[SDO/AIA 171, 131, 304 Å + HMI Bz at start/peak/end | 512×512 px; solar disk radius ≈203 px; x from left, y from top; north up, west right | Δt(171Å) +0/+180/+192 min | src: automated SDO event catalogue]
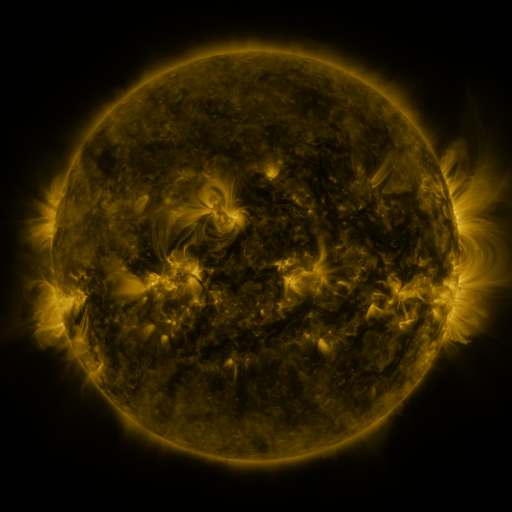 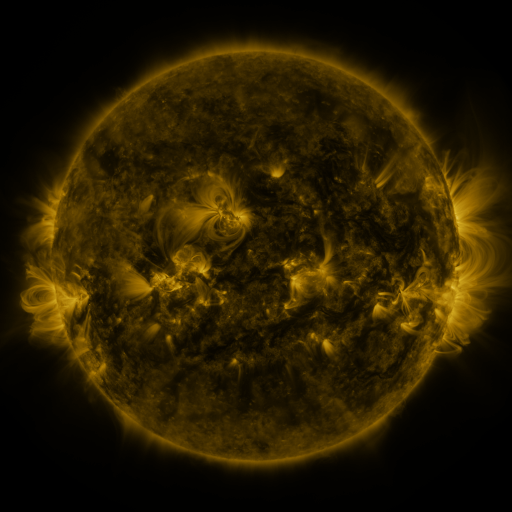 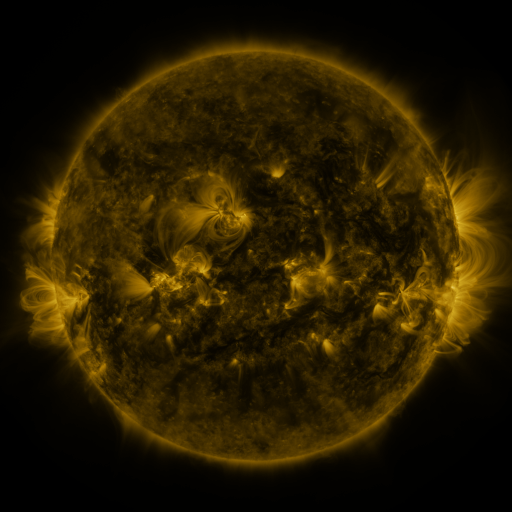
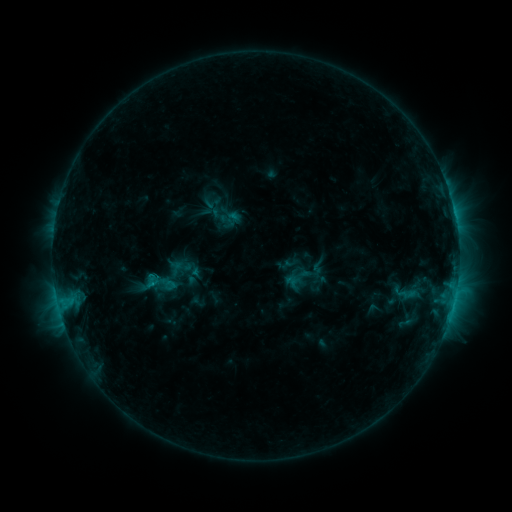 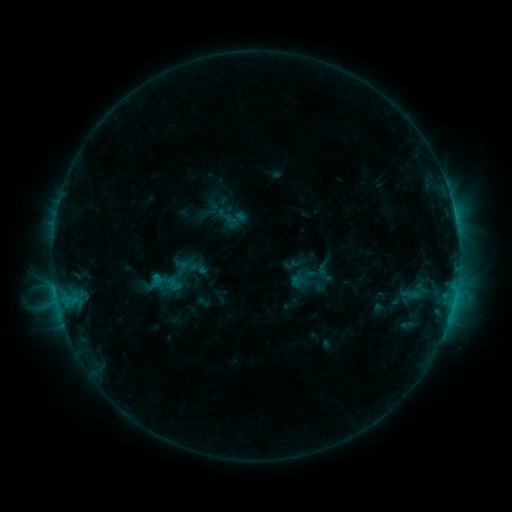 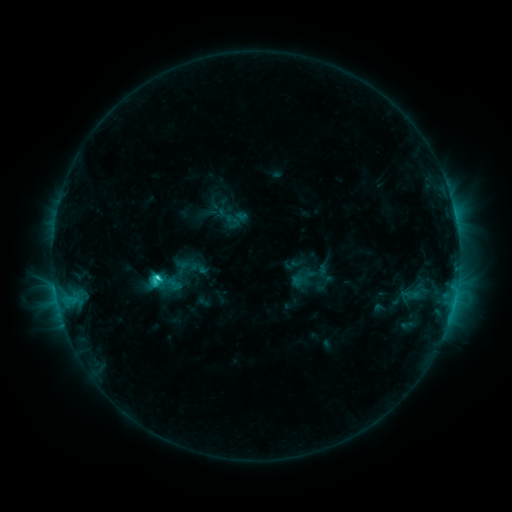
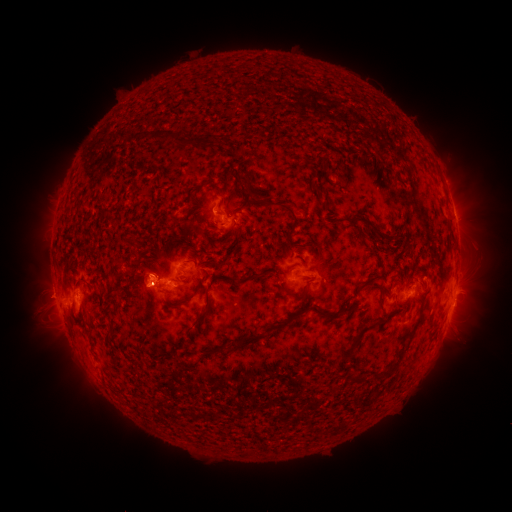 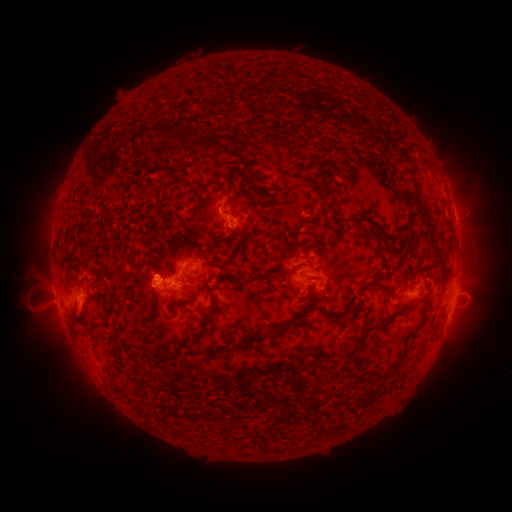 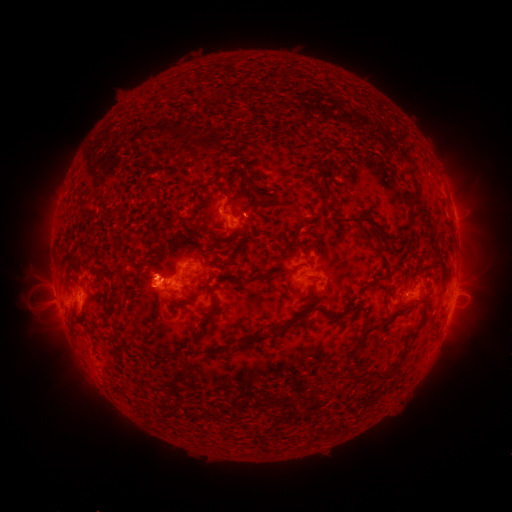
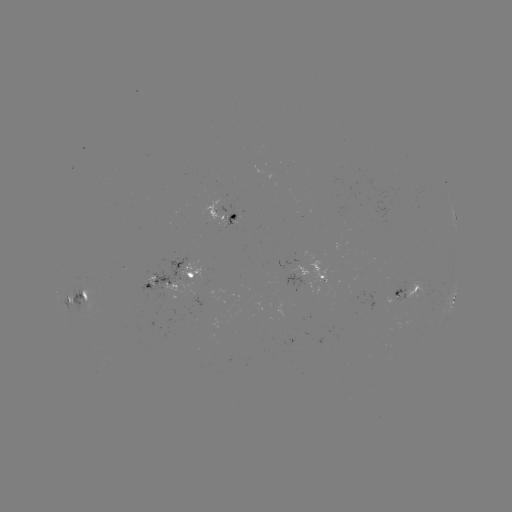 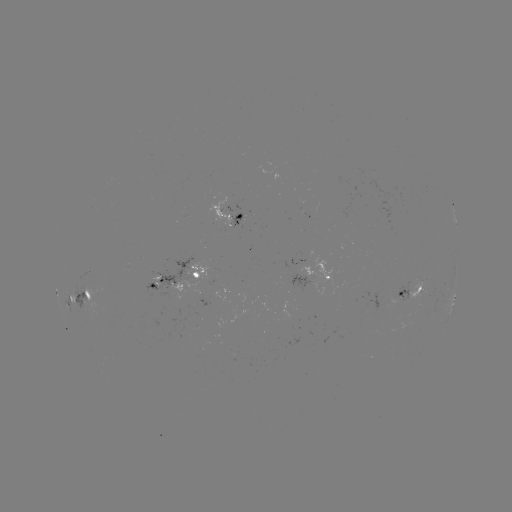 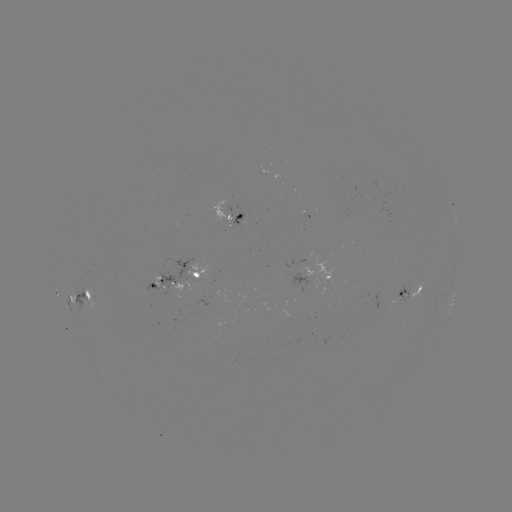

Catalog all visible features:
emerging-flux region: (224, 205)
